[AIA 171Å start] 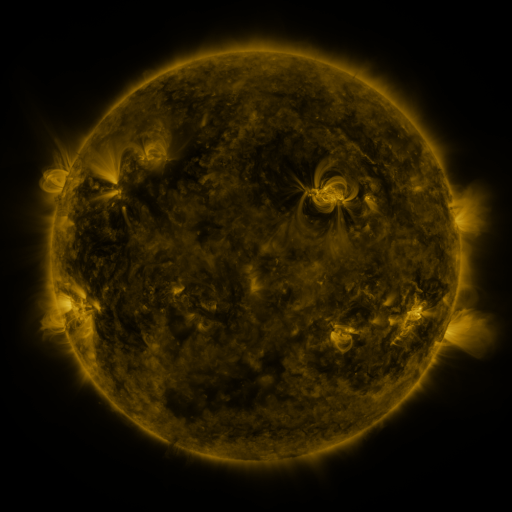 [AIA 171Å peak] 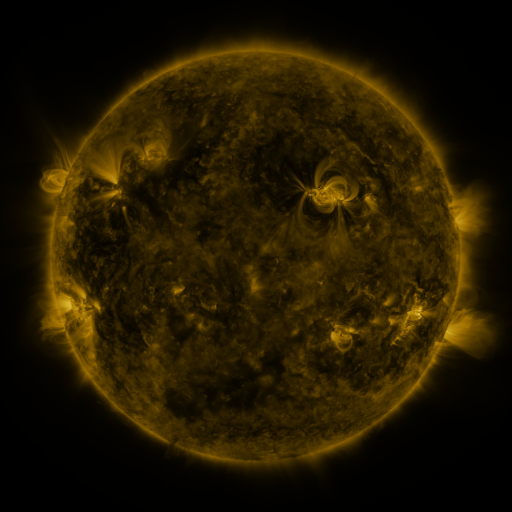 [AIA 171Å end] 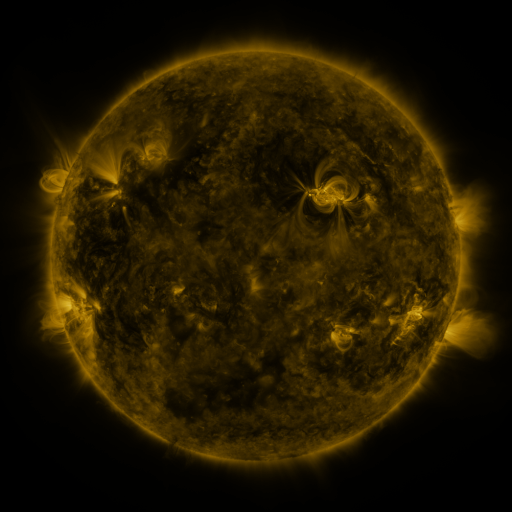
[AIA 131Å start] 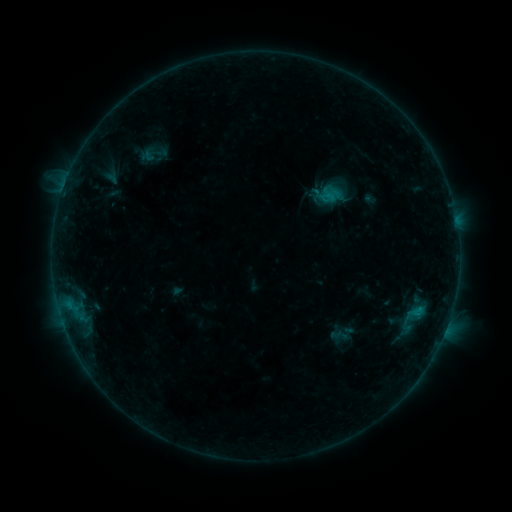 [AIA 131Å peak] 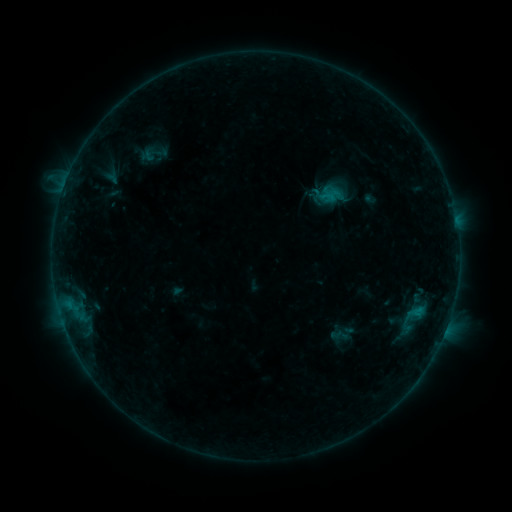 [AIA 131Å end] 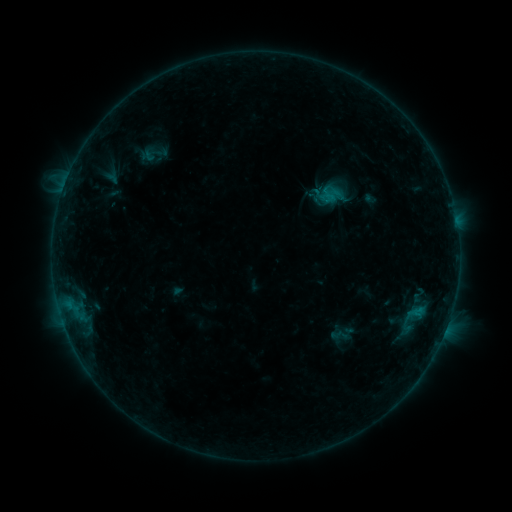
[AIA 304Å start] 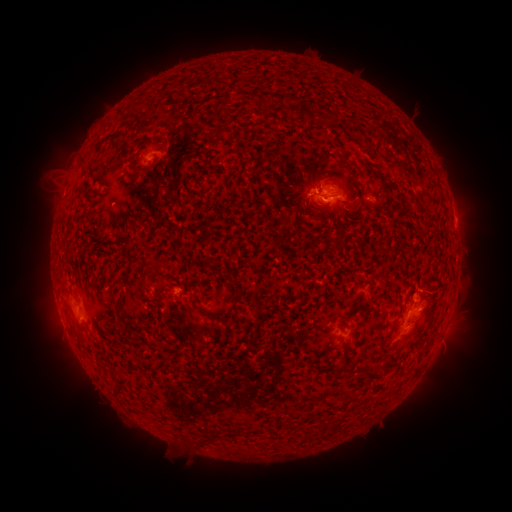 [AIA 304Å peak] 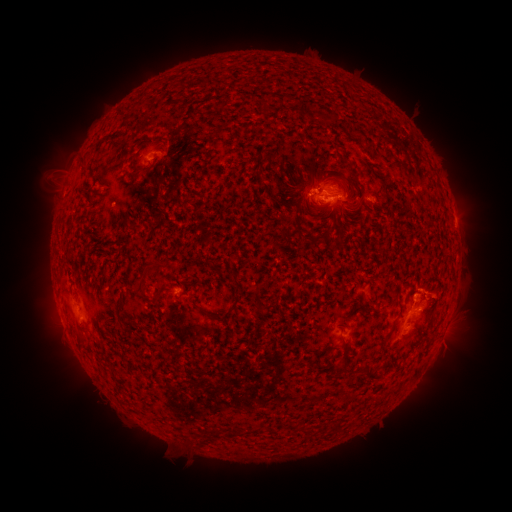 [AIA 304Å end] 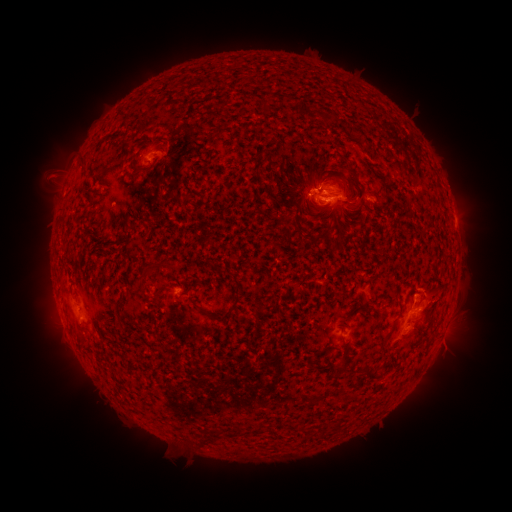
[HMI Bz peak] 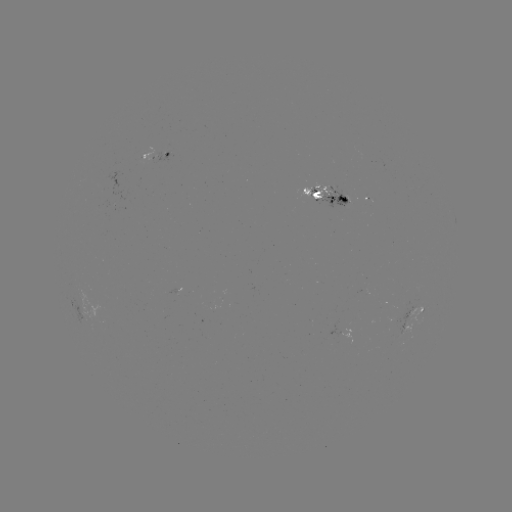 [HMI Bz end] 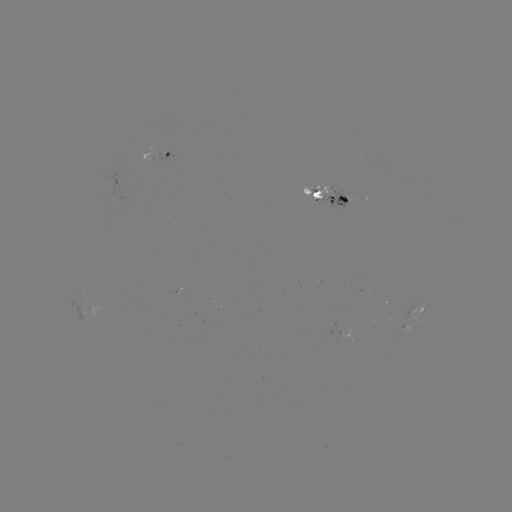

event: eruption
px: (439, 297)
